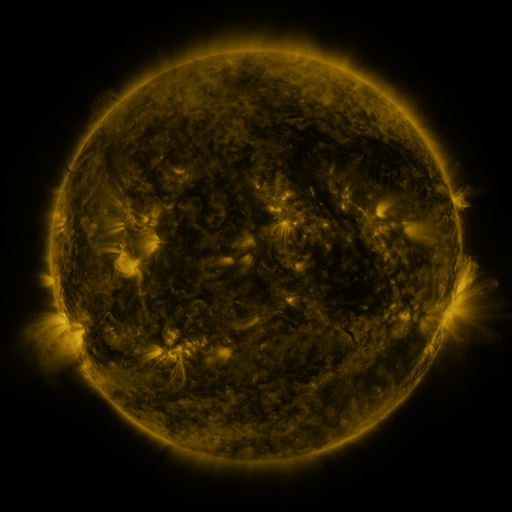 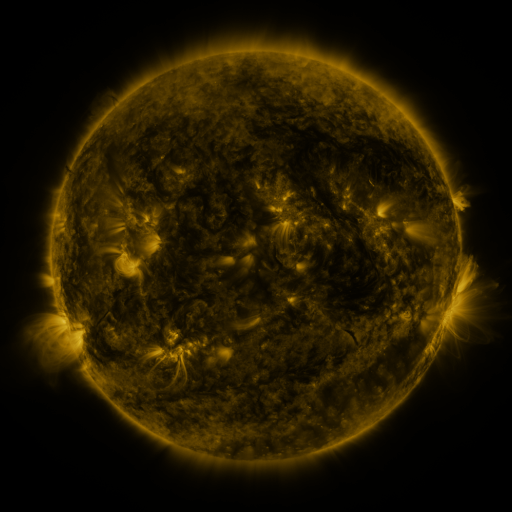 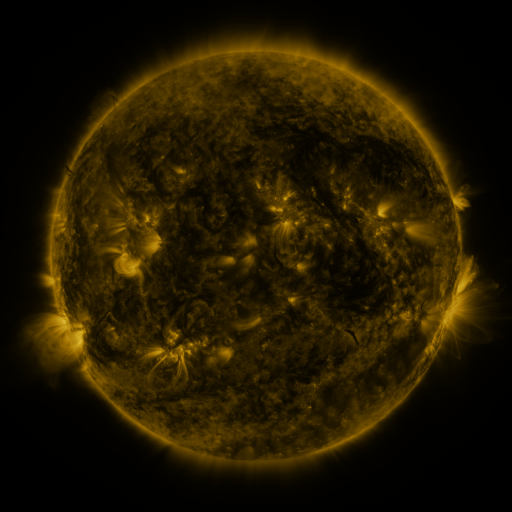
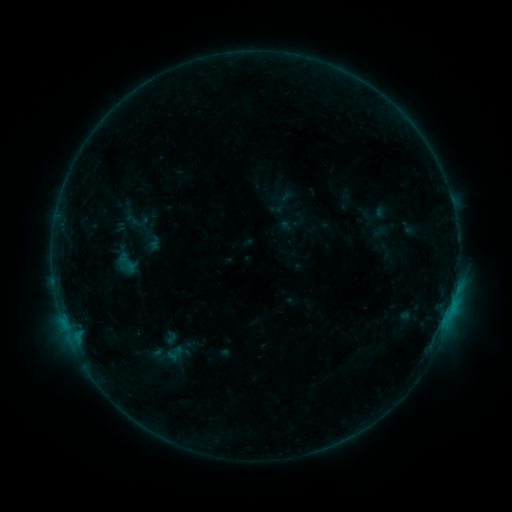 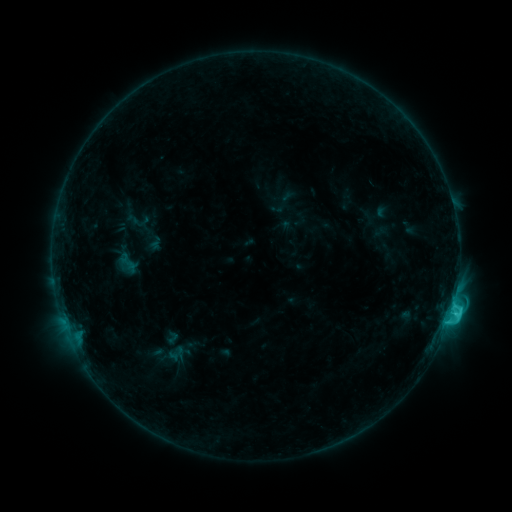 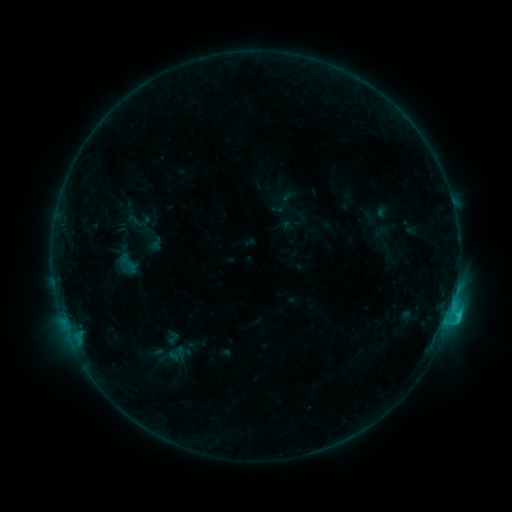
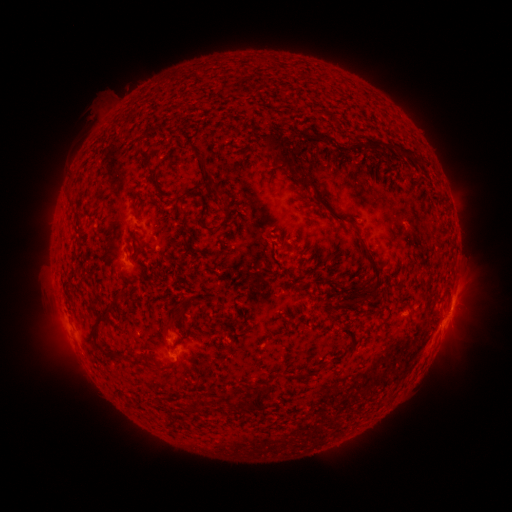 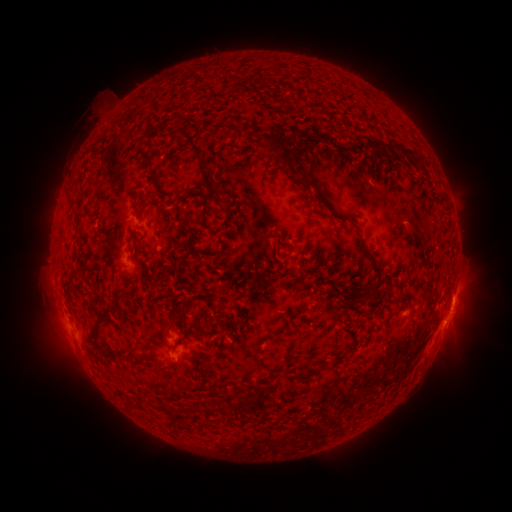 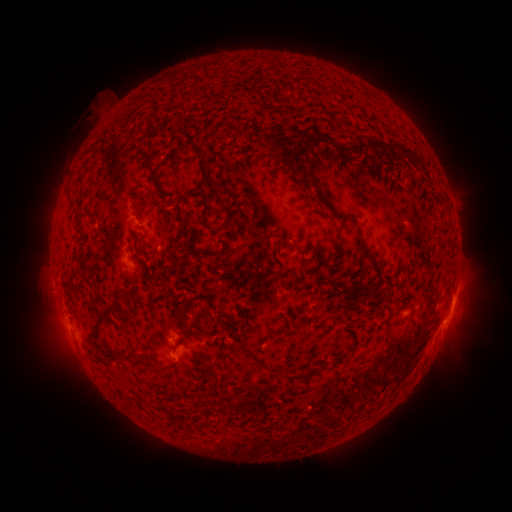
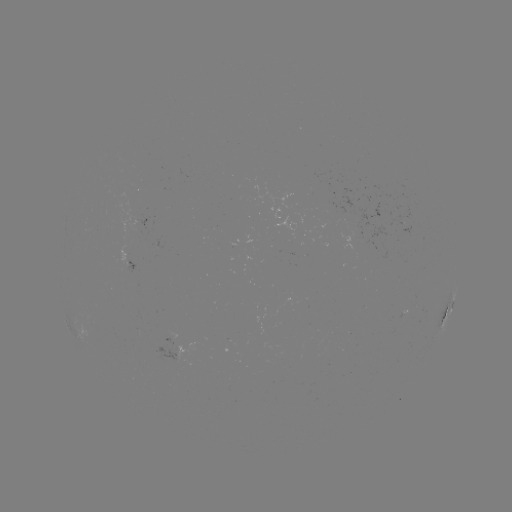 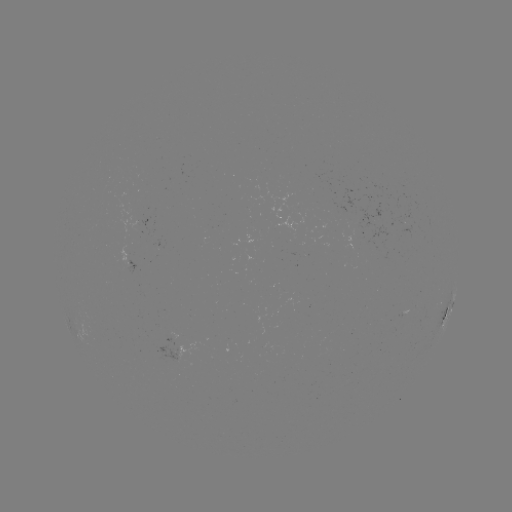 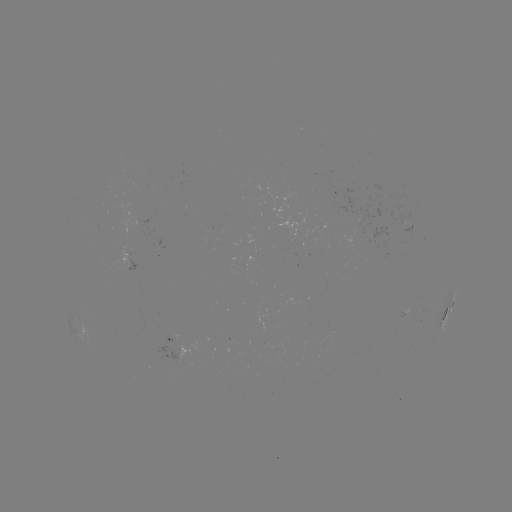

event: flare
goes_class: C2.4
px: (445, 322)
